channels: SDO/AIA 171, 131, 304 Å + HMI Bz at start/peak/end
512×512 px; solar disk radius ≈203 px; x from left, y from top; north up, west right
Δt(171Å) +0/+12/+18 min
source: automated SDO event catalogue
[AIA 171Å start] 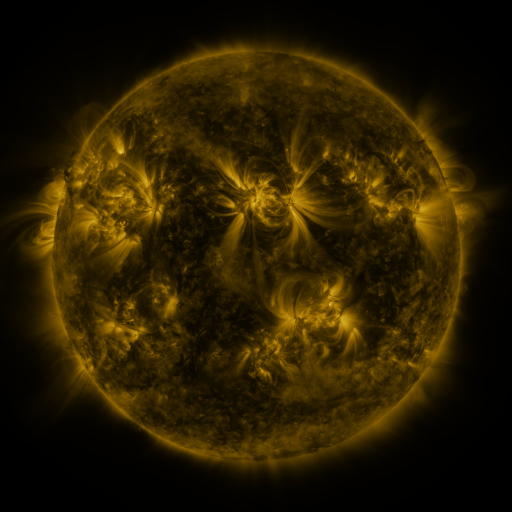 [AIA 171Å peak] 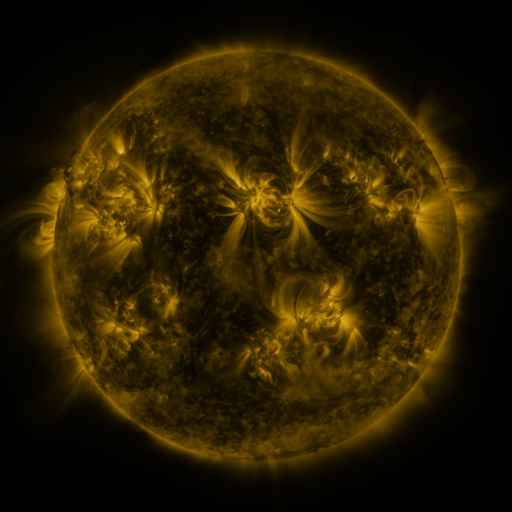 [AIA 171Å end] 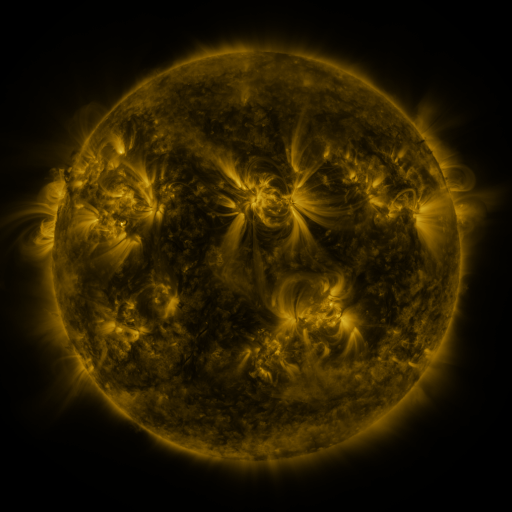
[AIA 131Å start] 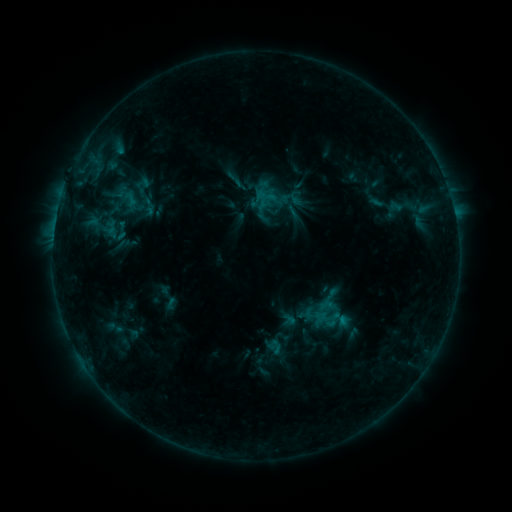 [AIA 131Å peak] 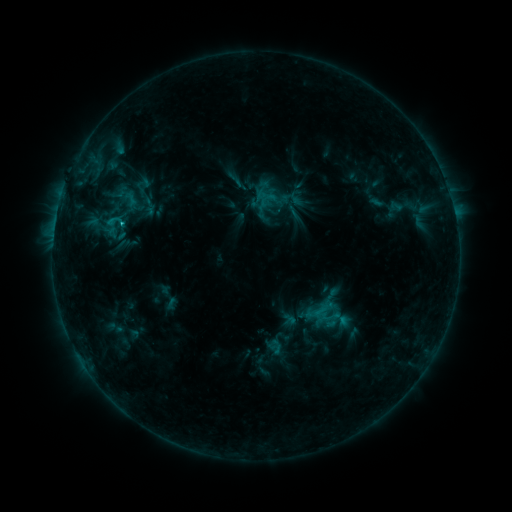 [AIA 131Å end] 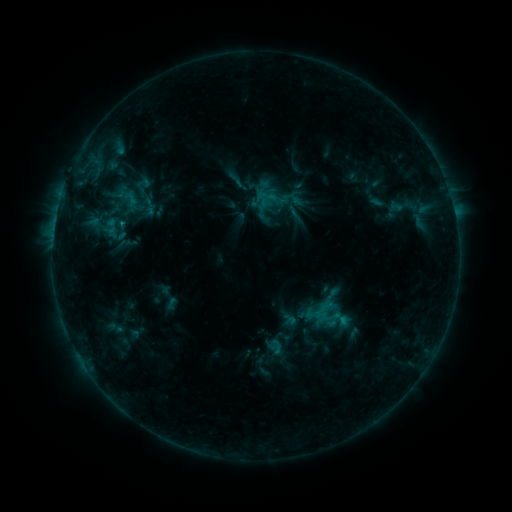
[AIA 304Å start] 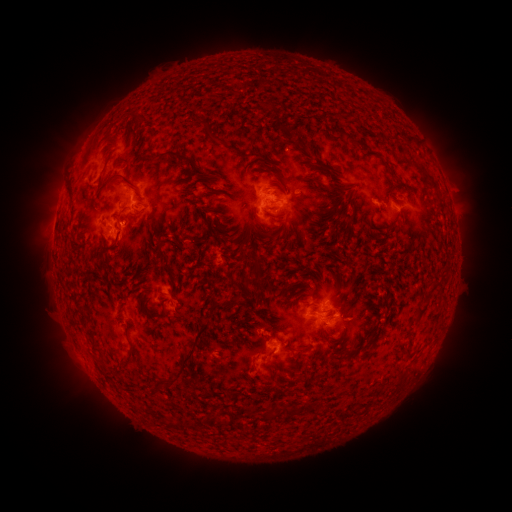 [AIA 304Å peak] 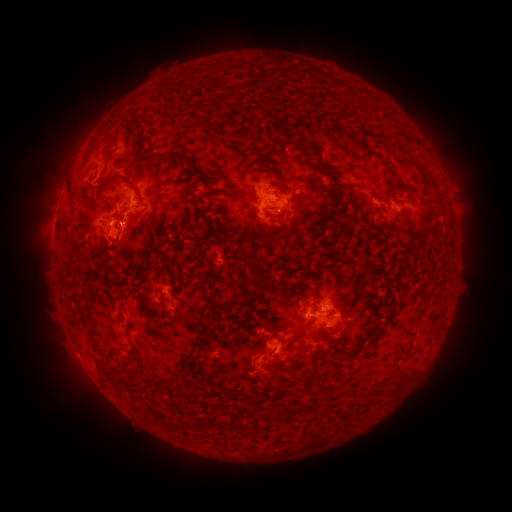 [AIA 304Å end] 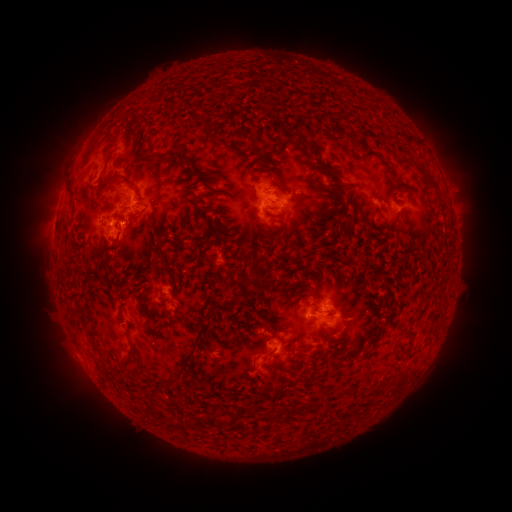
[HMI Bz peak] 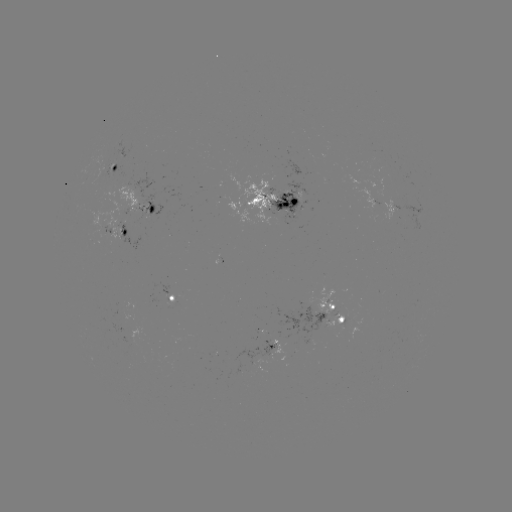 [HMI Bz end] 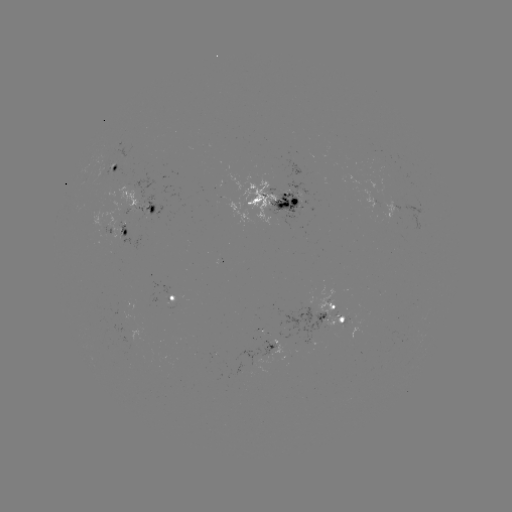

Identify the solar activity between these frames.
C1.2 flare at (124, 226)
